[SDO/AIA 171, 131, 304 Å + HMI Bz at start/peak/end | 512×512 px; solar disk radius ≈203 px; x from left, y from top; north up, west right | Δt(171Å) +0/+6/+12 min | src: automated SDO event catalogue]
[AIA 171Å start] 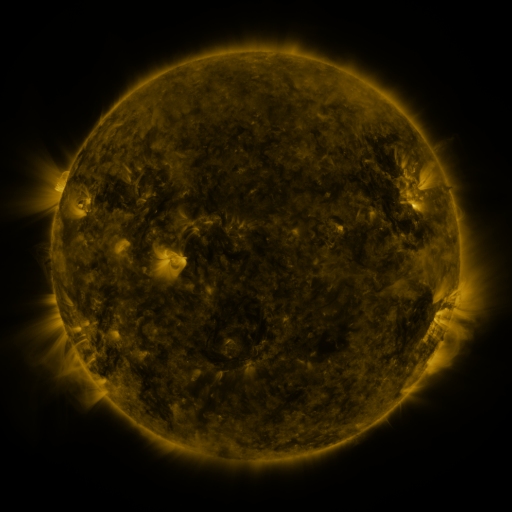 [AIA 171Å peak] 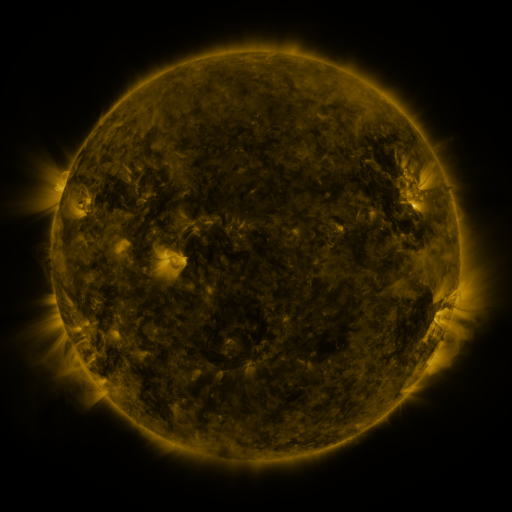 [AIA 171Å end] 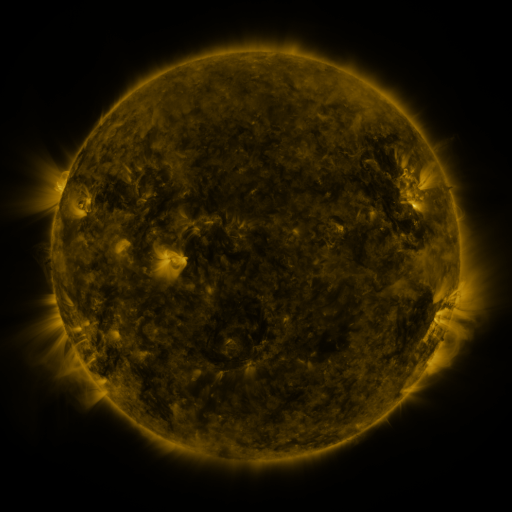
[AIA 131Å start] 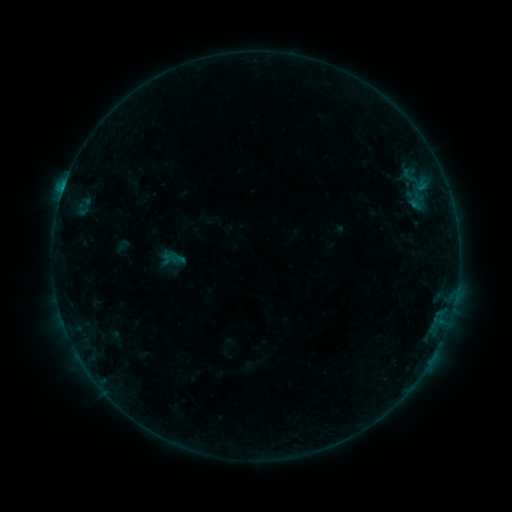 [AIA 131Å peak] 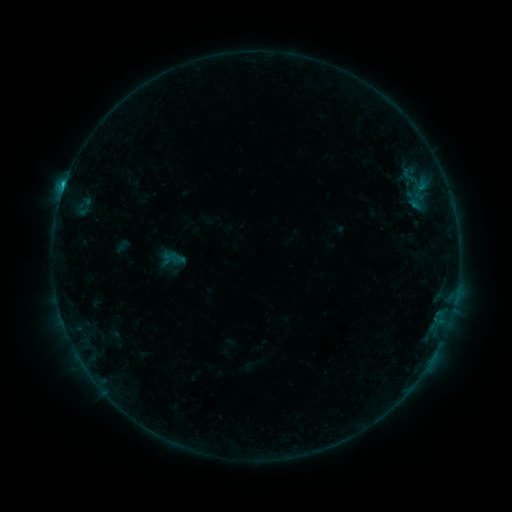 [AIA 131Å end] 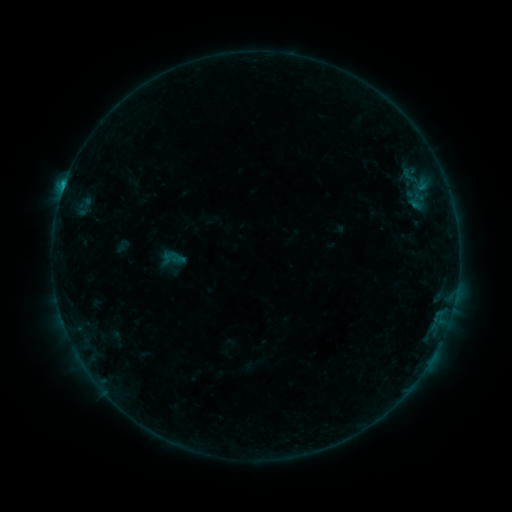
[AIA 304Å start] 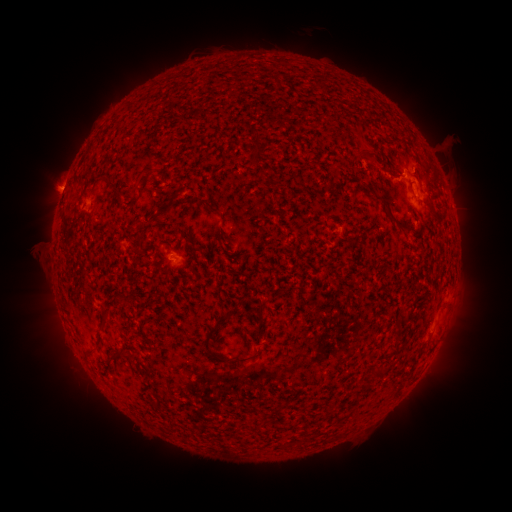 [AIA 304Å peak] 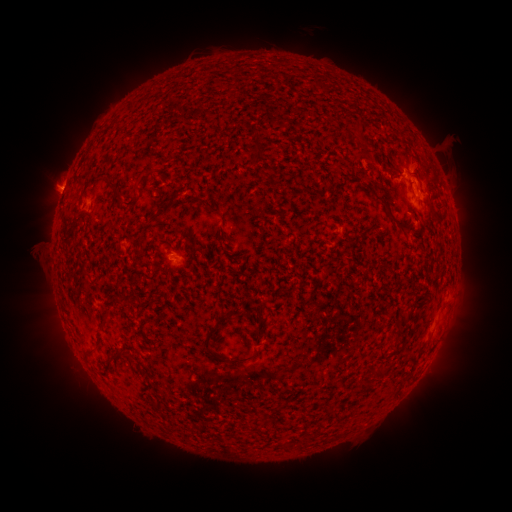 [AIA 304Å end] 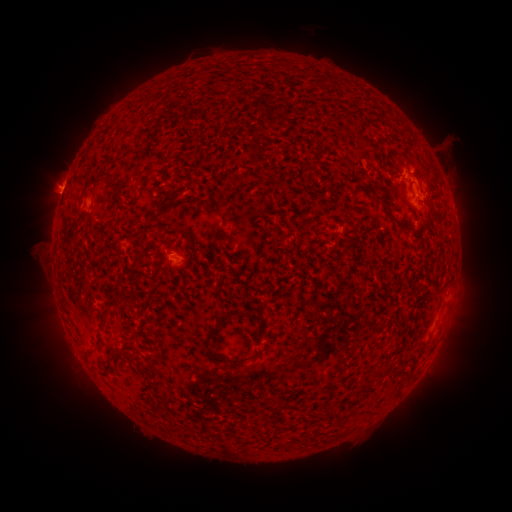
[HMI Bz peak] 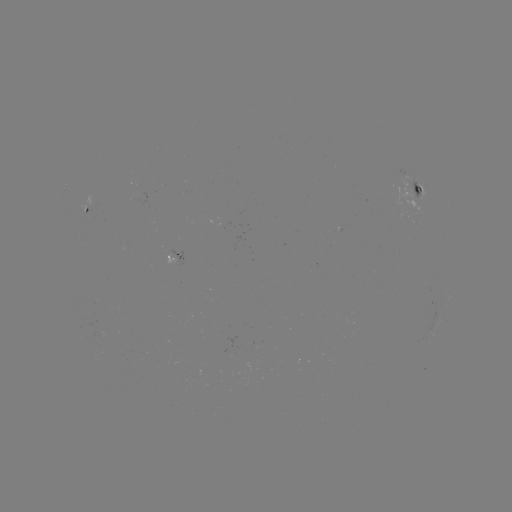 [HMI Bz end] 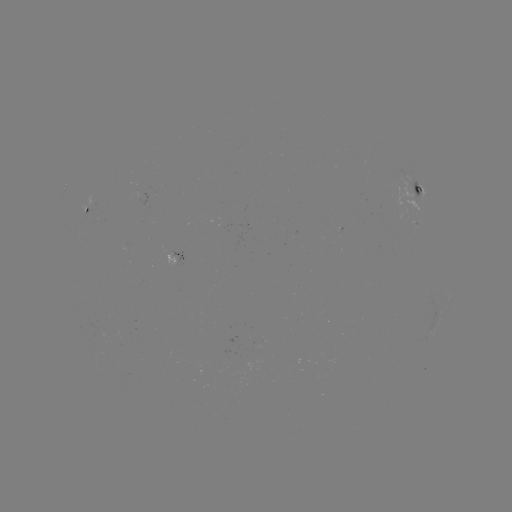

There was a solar flare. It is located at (65, 188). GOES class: B5.9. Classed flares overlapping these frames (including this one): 1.